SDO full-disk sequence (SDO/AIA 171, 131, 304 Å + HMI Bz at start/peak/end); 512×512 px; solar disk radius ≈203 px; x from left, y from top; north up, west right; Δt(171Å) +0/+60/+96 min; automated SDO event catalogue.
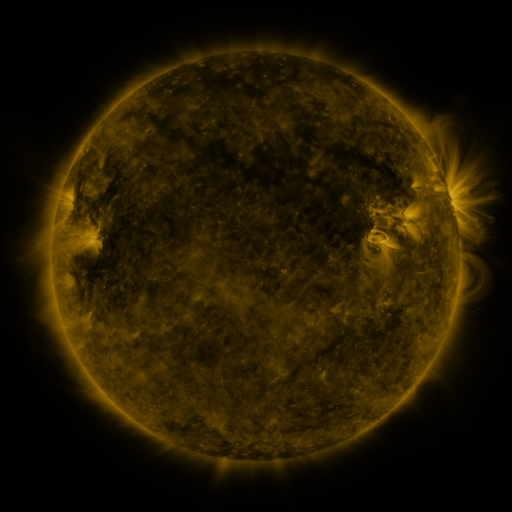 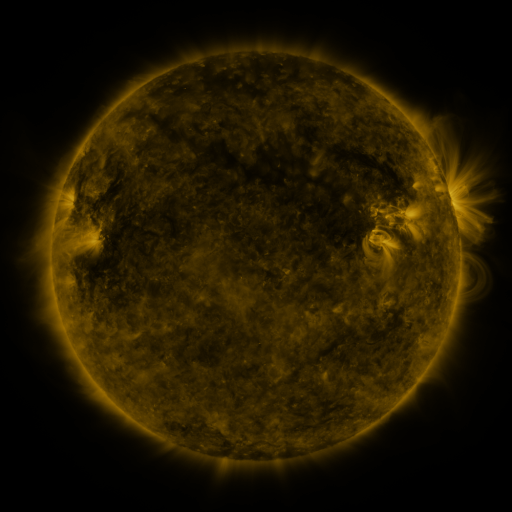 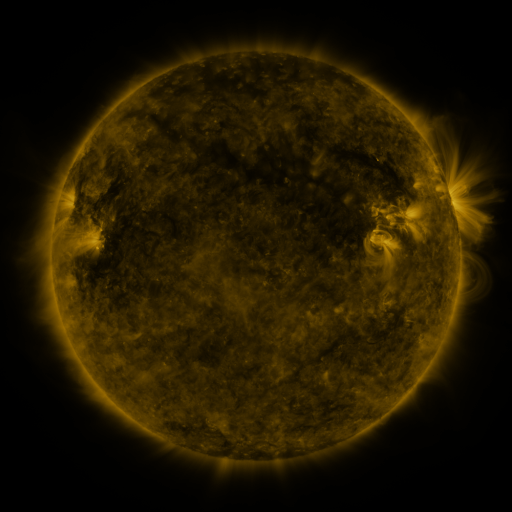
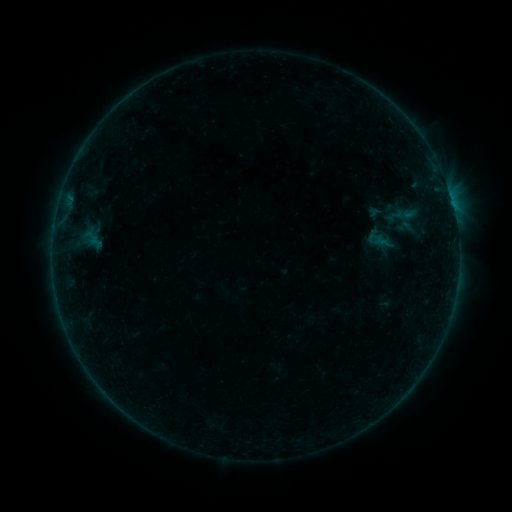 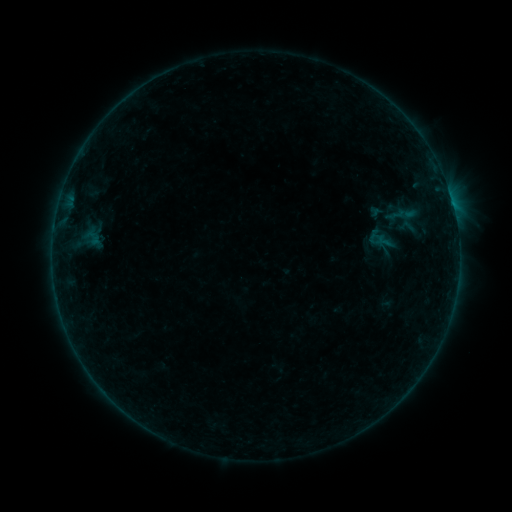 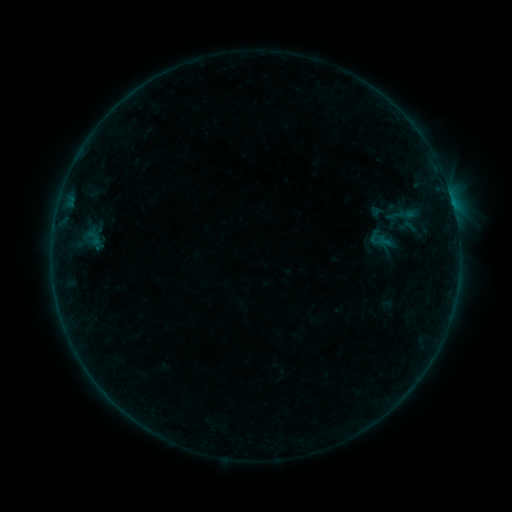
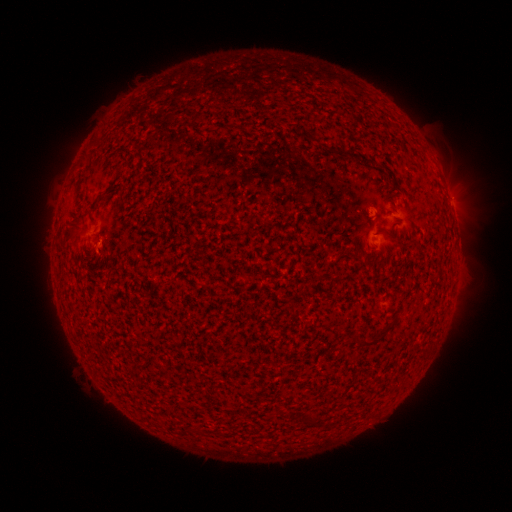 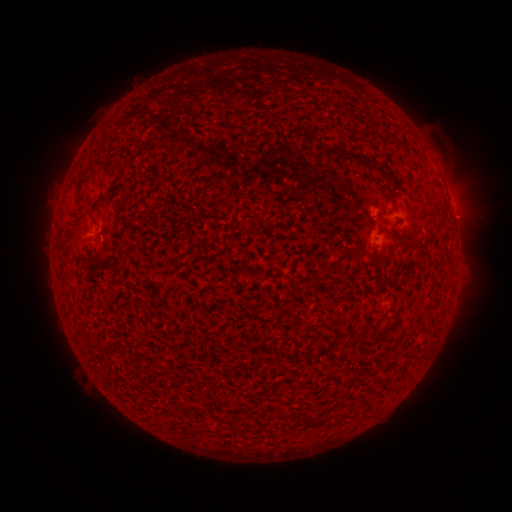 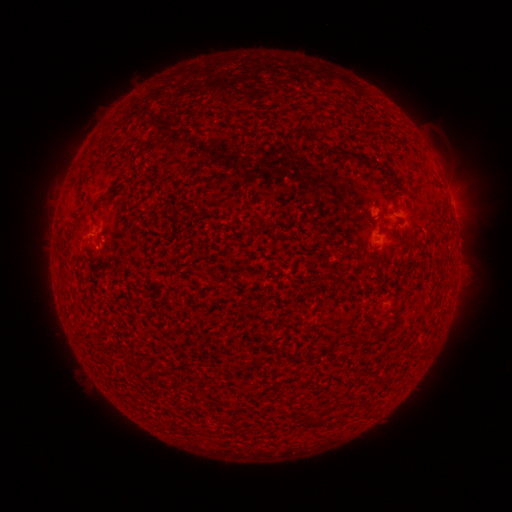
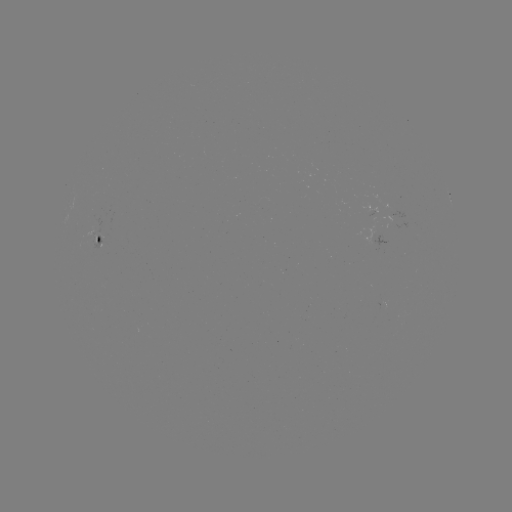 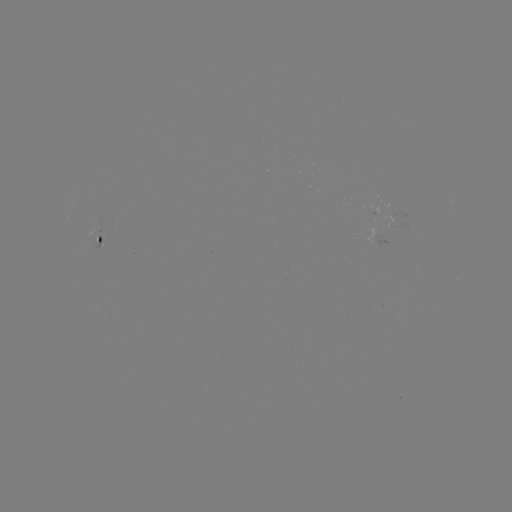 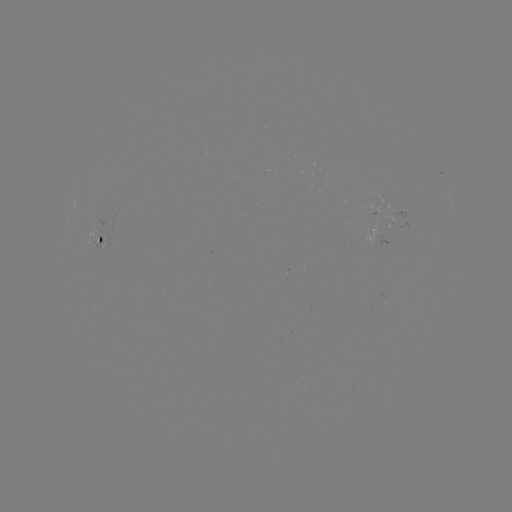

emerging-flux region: (367, 195, 390, 216)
